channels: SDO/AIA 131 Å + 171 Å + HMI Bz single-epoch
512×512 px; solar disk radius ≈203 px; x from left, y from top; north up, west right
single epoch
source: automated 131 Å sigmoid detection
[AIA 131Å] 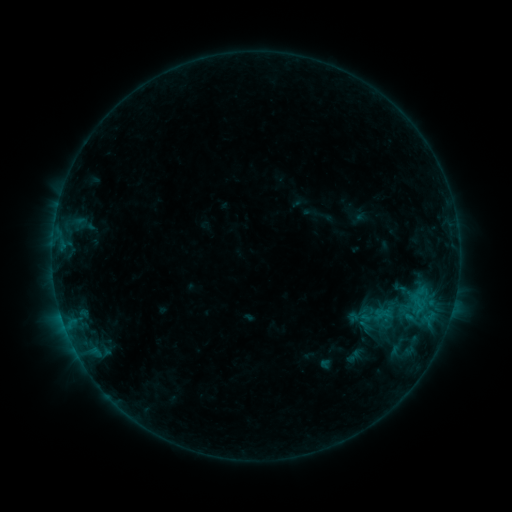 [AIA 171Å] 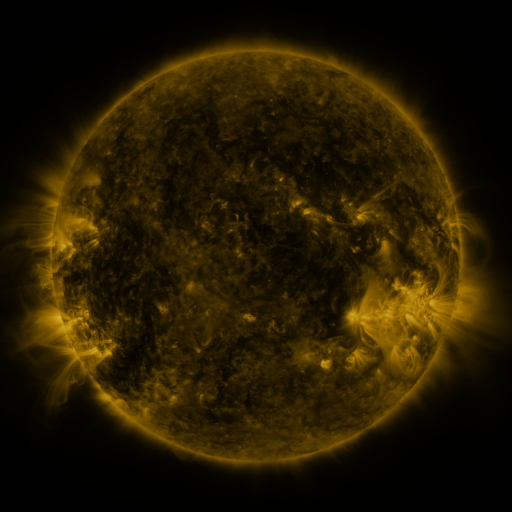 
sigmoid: [394, 302, 417, 326]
